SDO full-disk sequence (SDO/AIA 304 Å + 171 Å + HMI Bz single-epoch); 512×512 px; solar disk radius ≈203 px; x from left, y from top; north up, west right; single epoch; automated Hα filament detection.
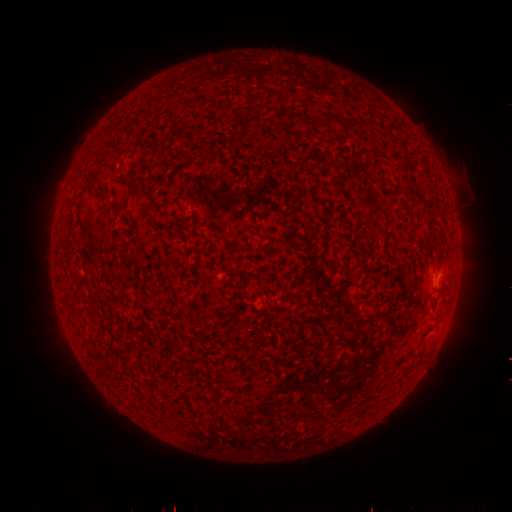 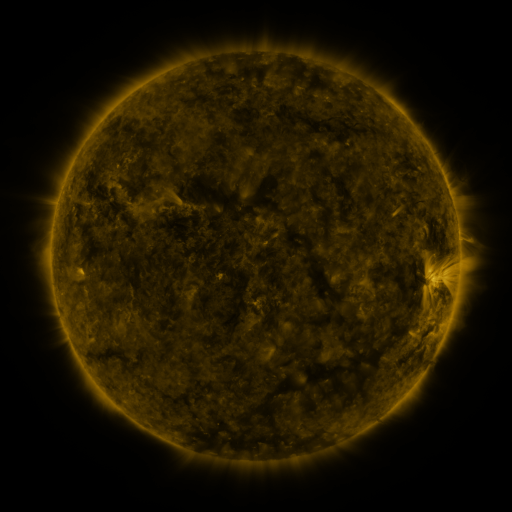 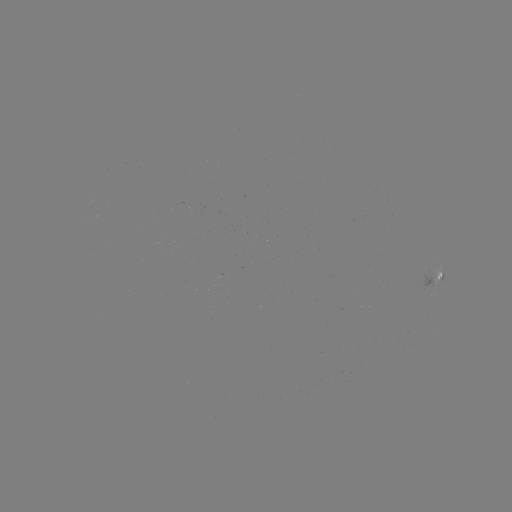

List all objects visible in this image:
filament: (316, 116, 363, 132)
filament: (407, 191, 421, 201)
filament: (414, 200, 429, 211)
